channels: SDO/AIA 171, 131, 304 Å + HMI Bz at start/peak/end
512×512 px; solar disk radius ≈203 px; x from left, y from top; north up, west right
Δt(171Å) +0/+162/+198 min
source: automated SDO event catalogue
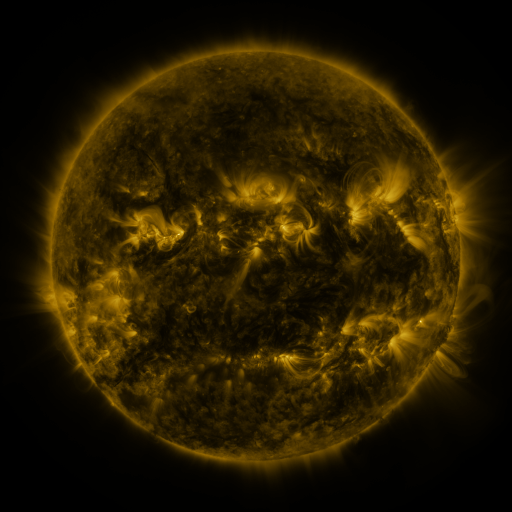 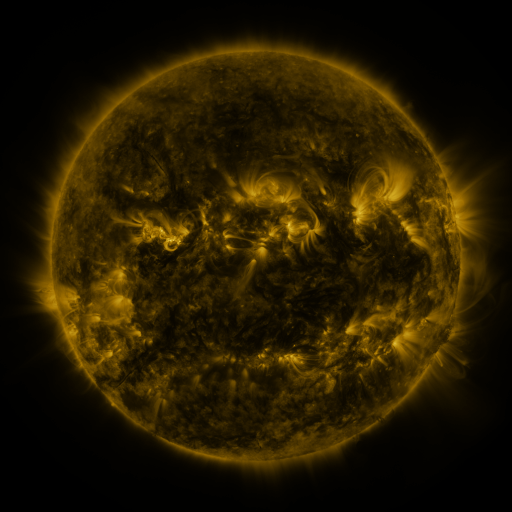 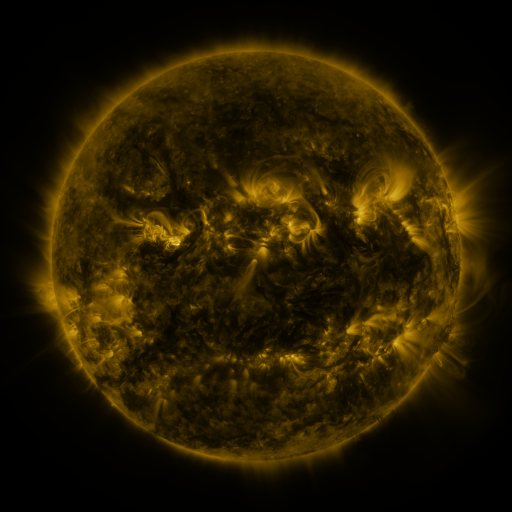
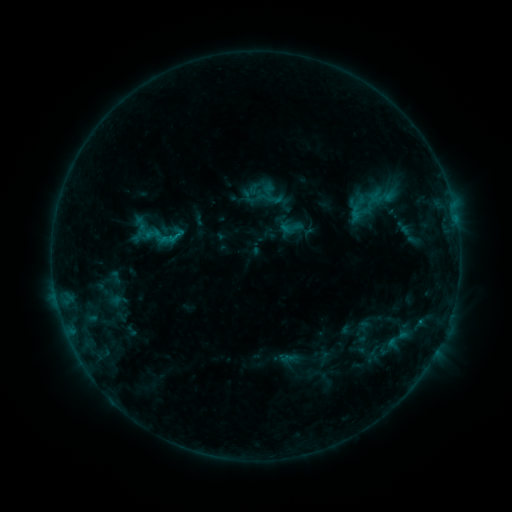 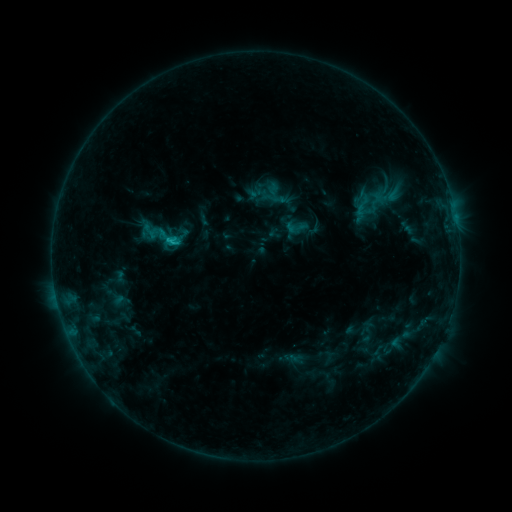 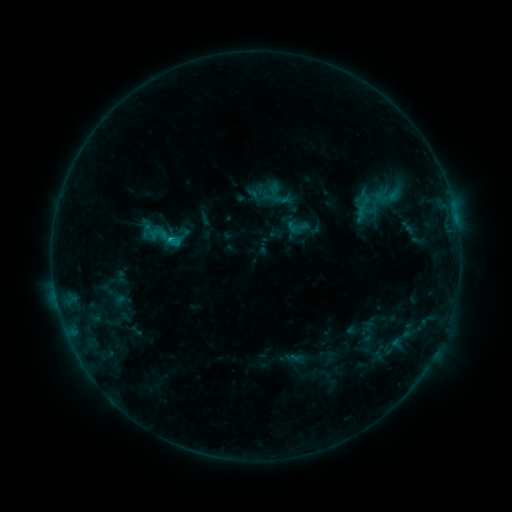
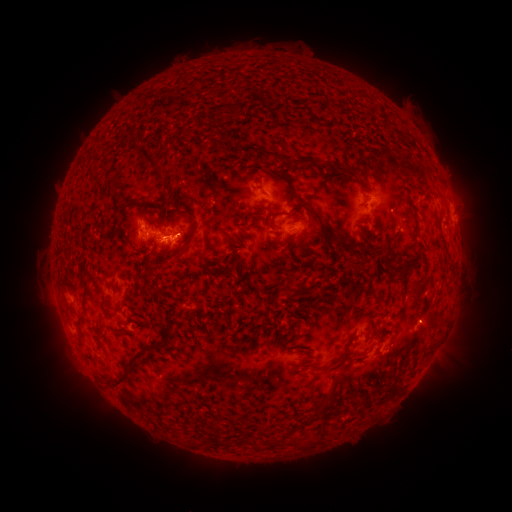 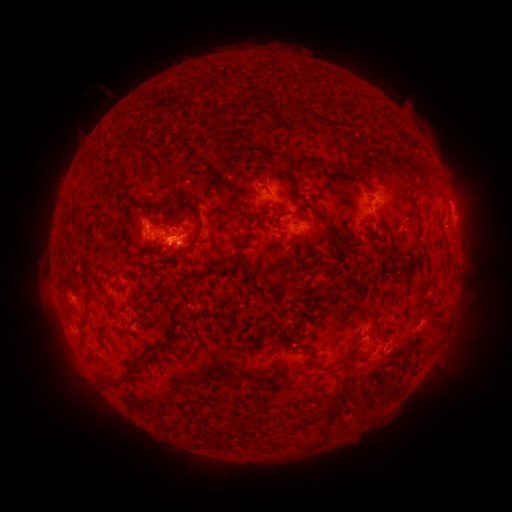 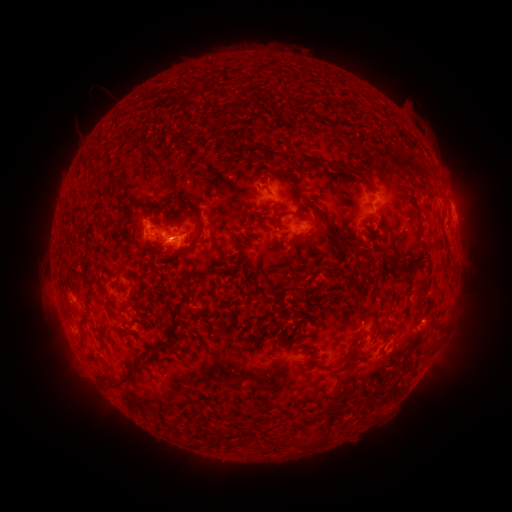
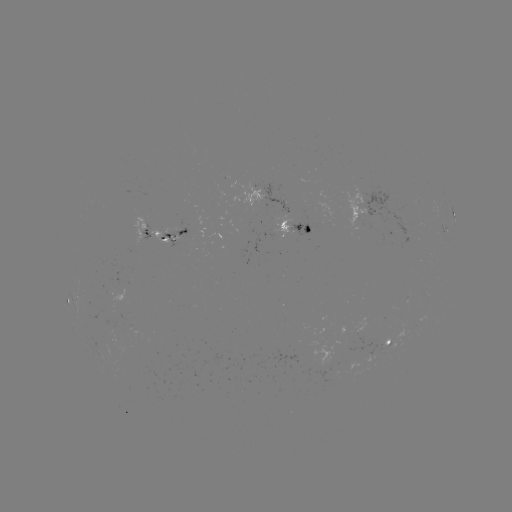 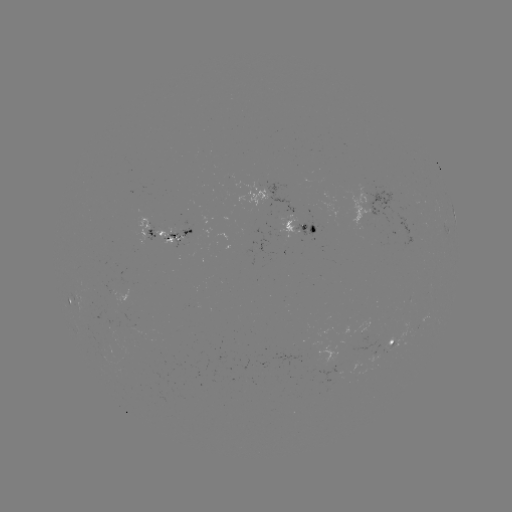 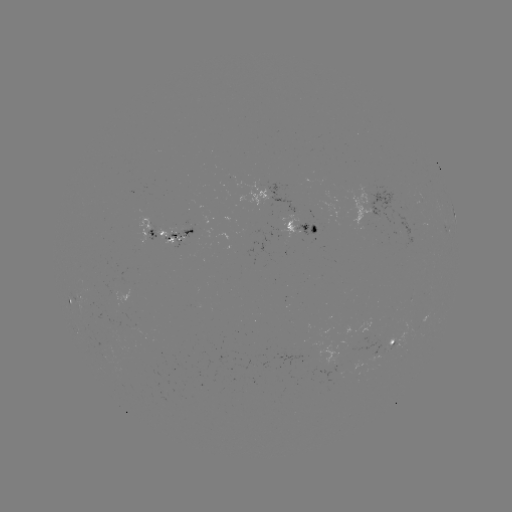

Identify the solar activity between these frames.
emerging-flux region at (174, 238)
